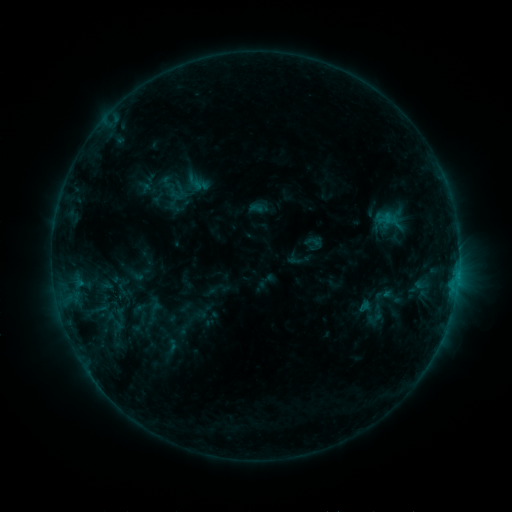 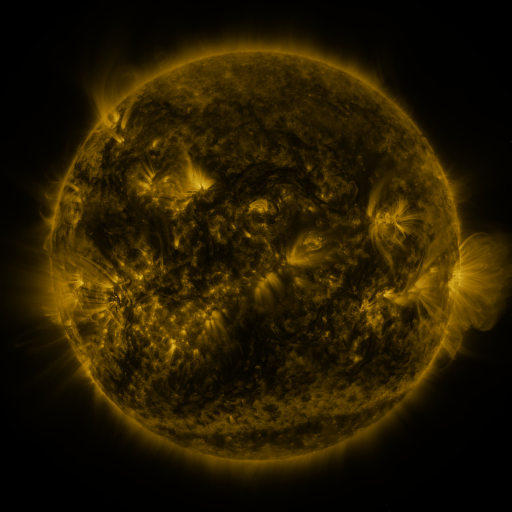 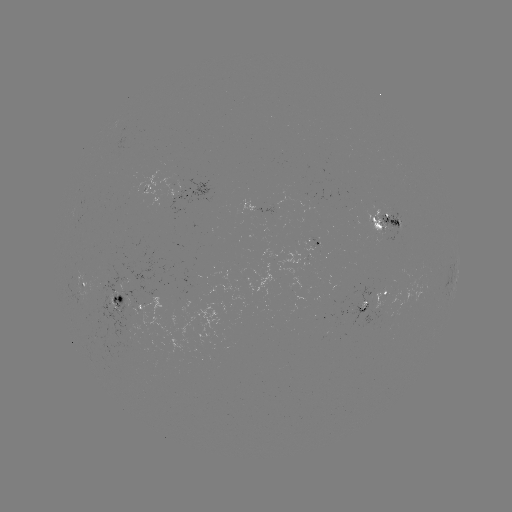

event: sigmoid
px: (377, 313)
